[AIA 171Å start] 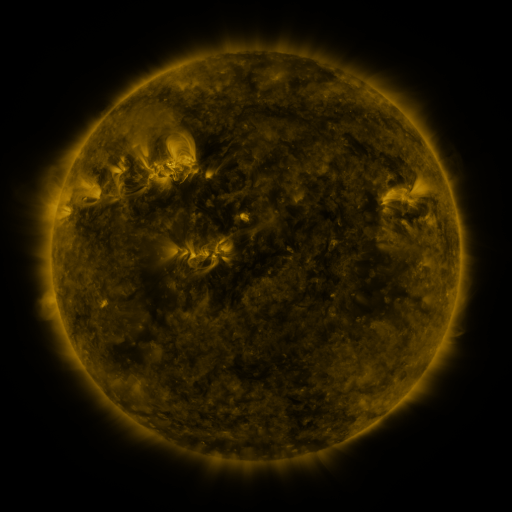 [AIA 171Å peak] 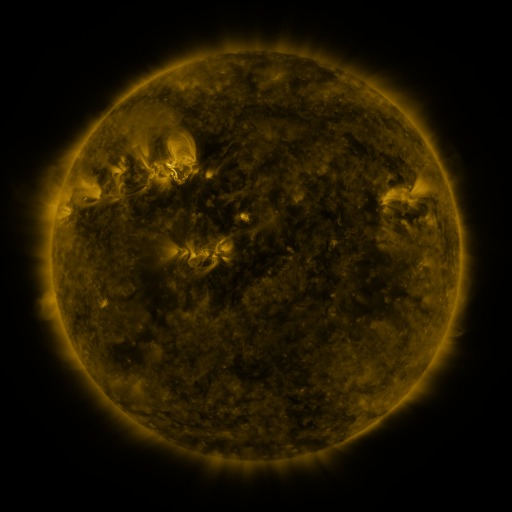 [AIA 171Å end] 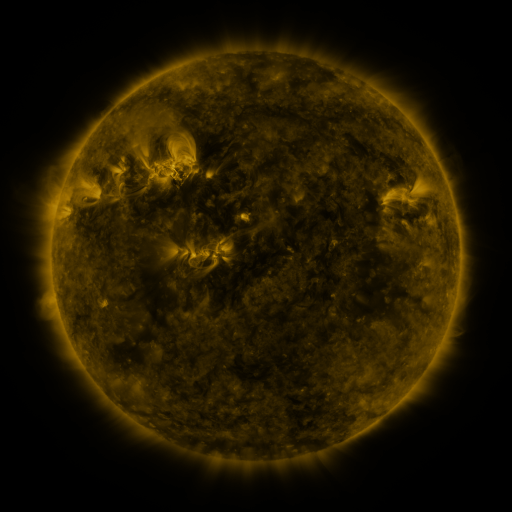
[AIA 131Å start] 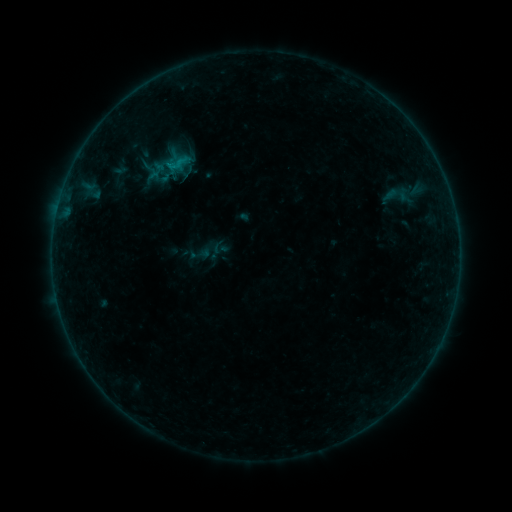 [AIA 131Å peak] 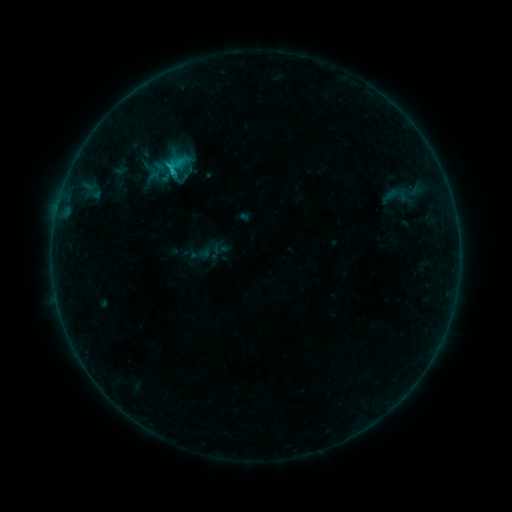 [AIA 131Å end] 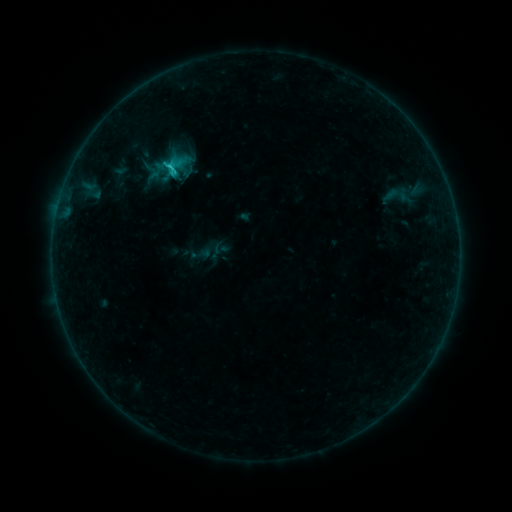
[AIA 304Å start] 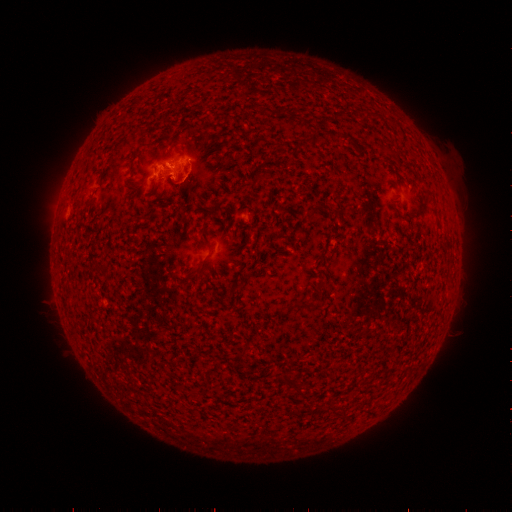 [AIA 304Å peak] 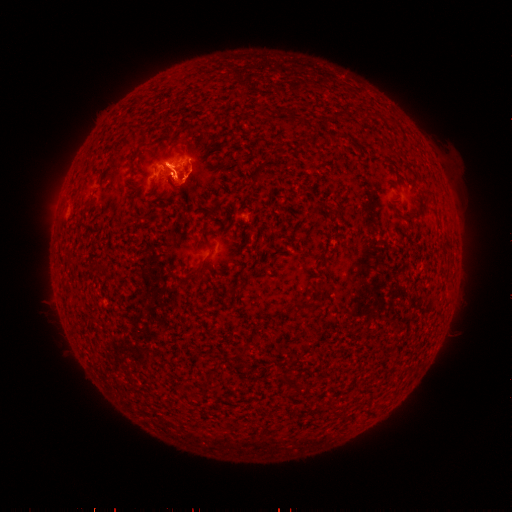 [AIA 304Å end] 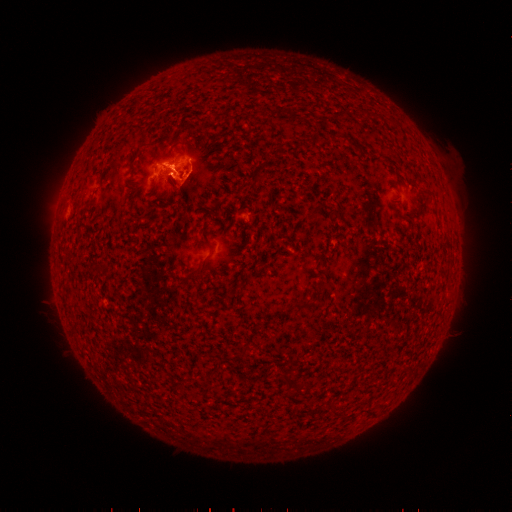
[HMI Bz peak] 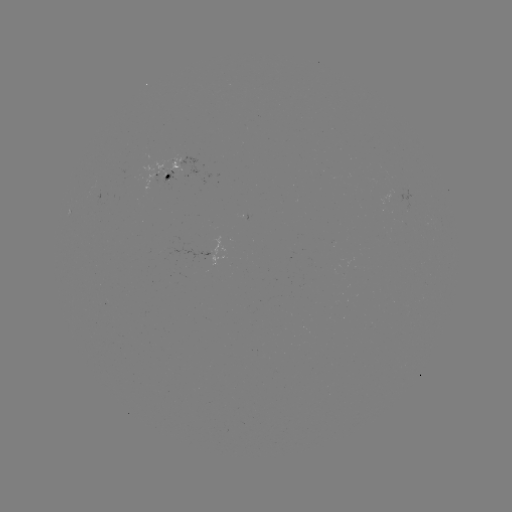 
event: eruption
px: (164, 156)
